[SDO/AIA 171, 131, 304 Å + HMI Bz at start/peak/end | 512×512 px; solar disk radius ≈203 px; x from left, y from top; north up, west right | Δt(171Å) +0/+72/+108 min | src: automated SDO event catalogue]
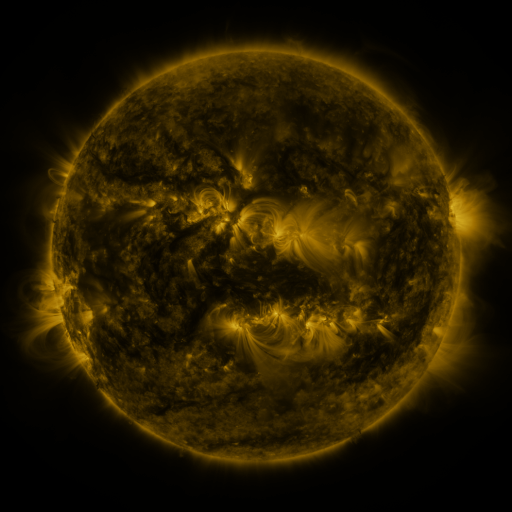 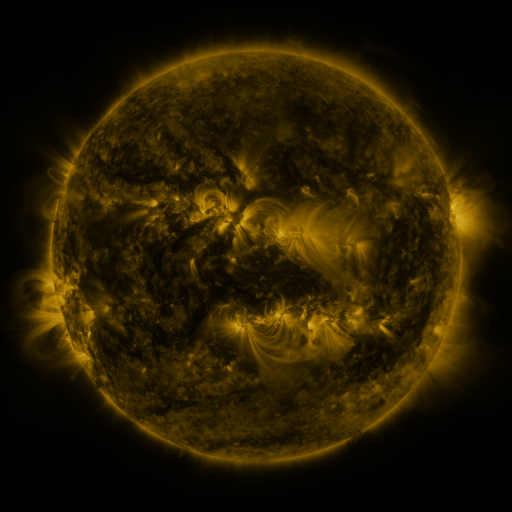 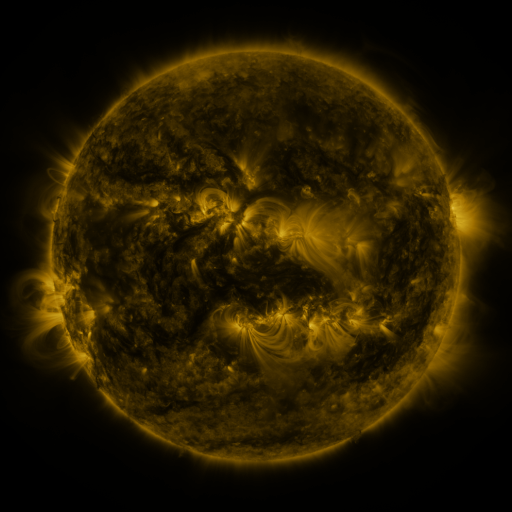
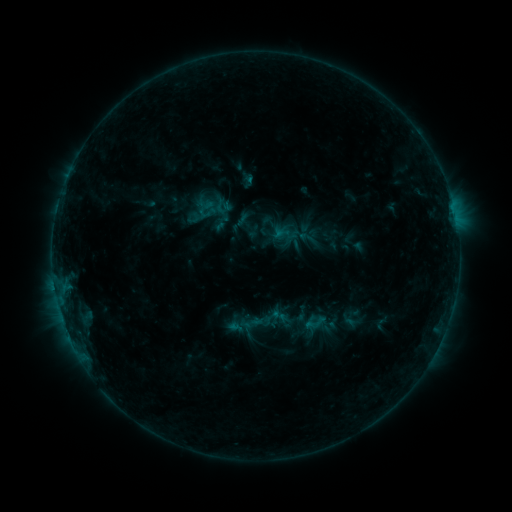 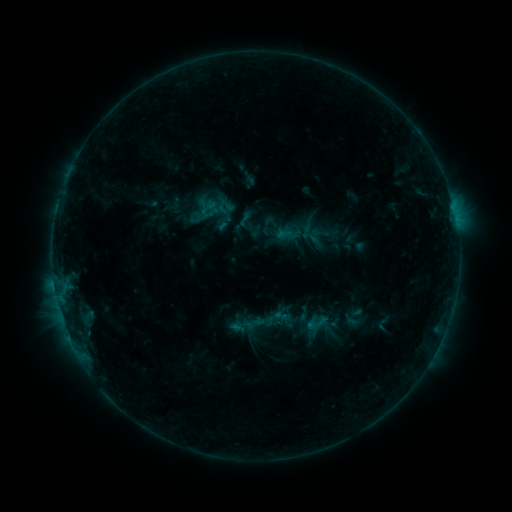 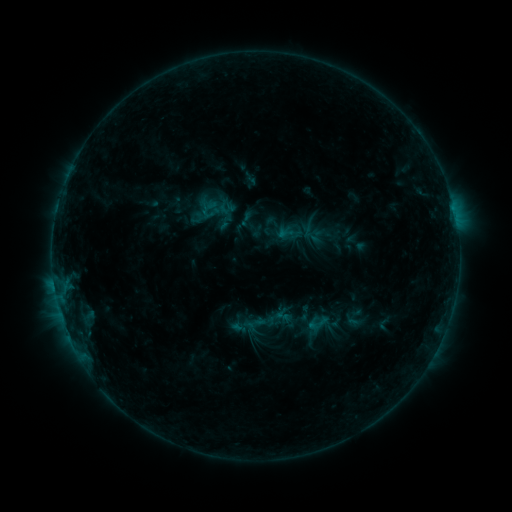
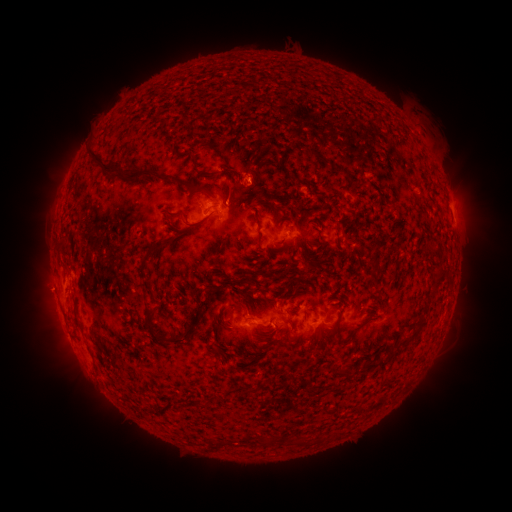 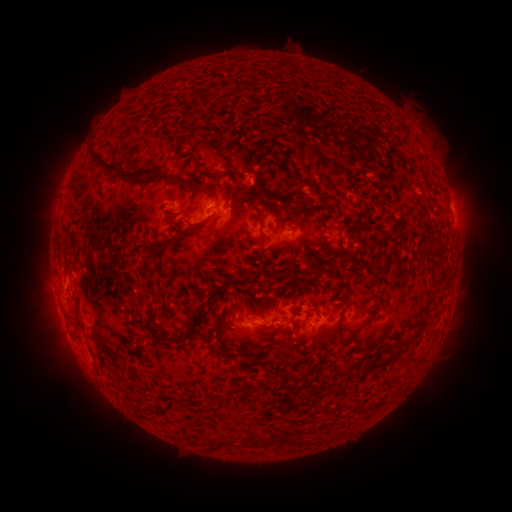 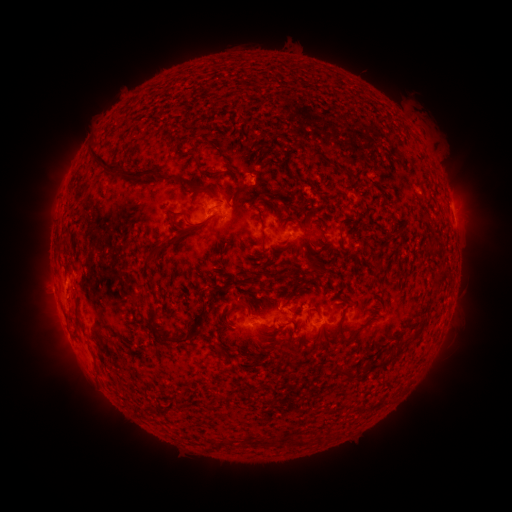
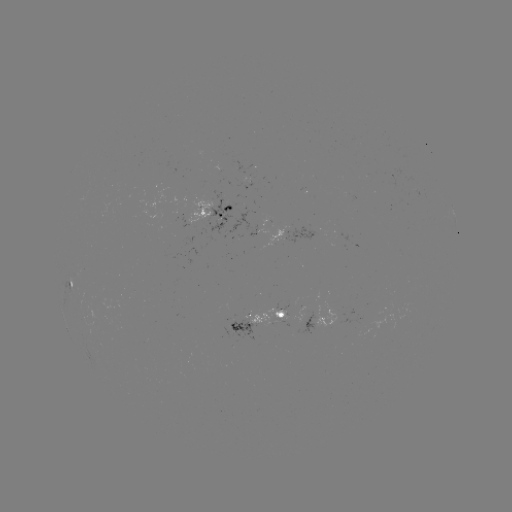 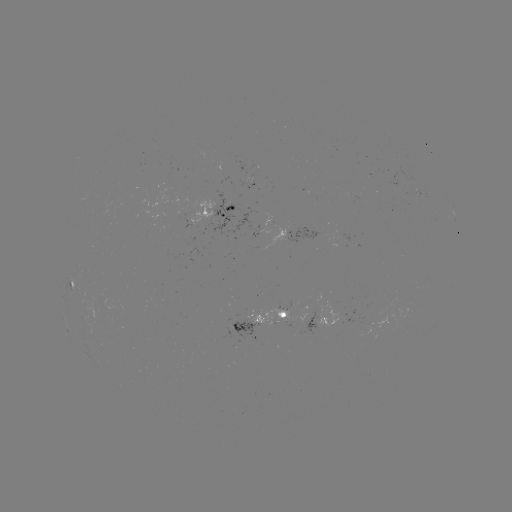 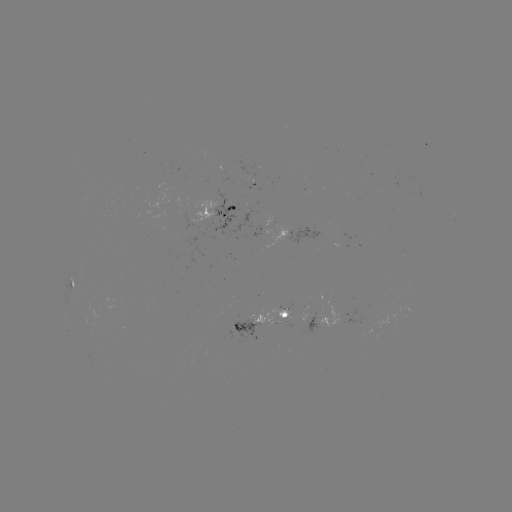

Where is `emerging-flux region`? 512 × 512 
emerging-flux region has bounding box [246, 179, 255, 190].